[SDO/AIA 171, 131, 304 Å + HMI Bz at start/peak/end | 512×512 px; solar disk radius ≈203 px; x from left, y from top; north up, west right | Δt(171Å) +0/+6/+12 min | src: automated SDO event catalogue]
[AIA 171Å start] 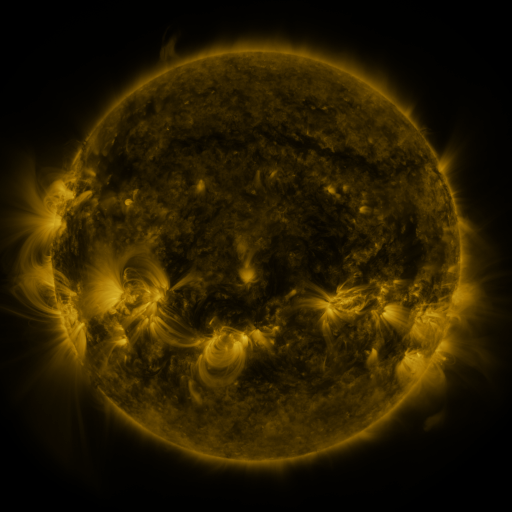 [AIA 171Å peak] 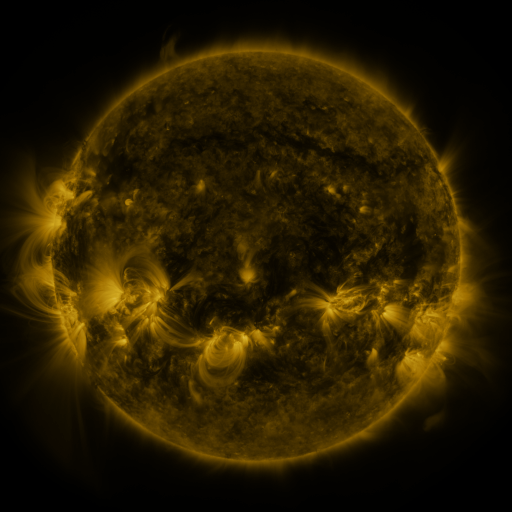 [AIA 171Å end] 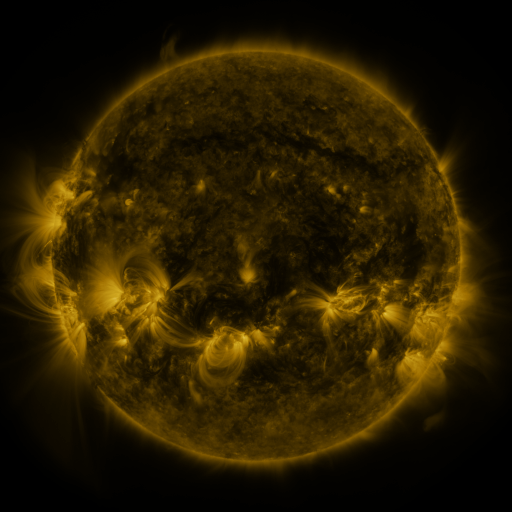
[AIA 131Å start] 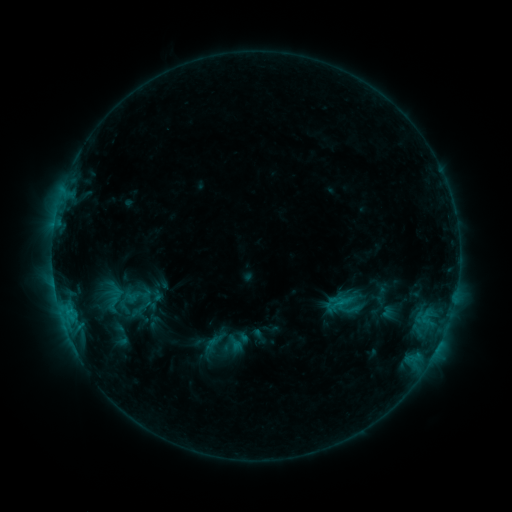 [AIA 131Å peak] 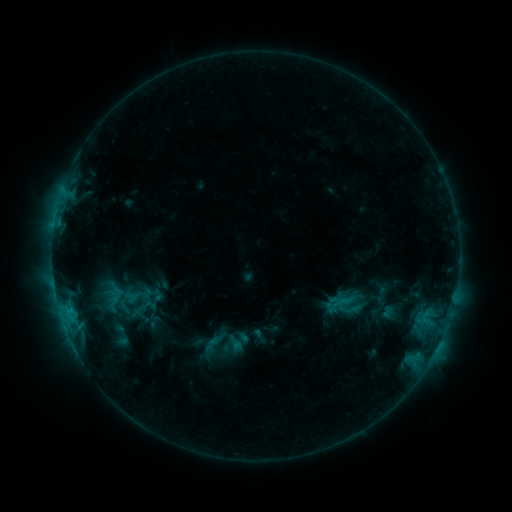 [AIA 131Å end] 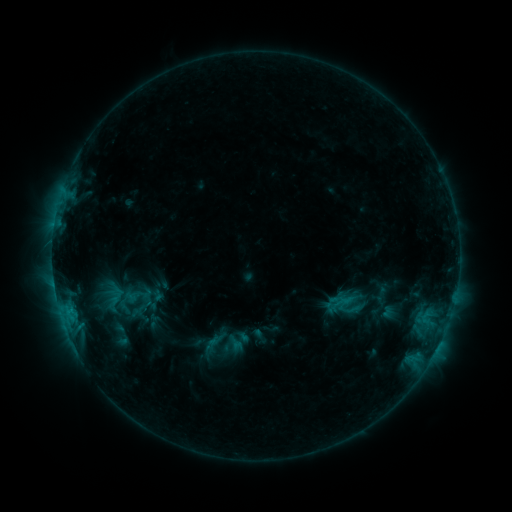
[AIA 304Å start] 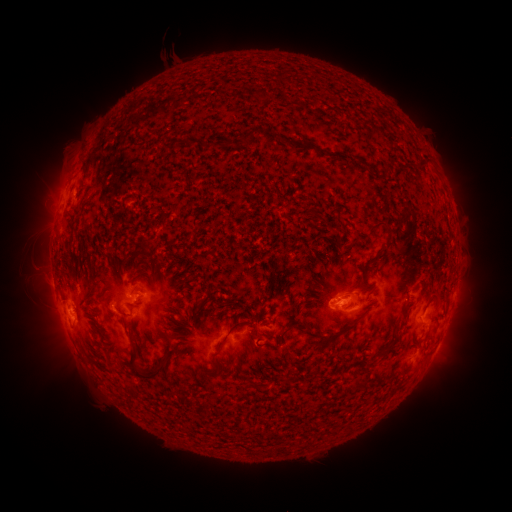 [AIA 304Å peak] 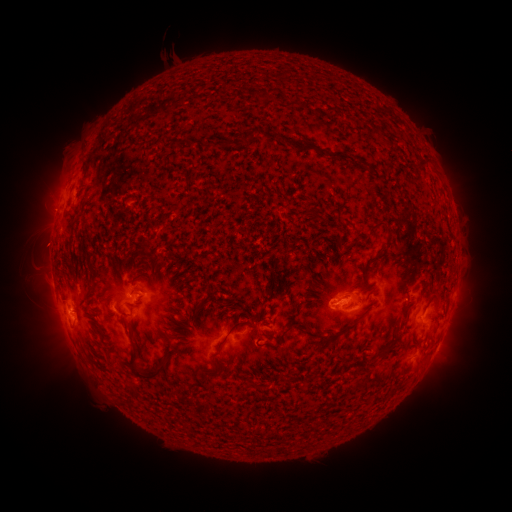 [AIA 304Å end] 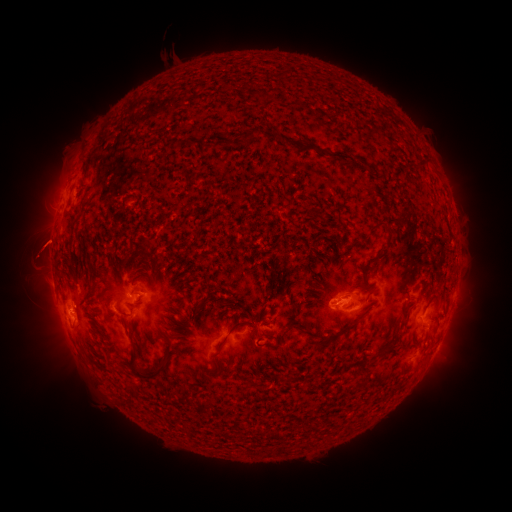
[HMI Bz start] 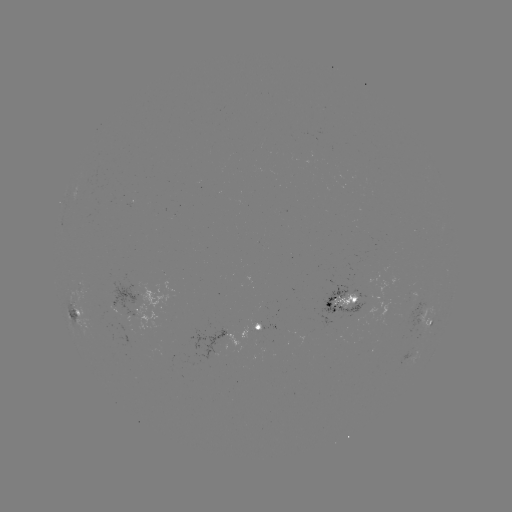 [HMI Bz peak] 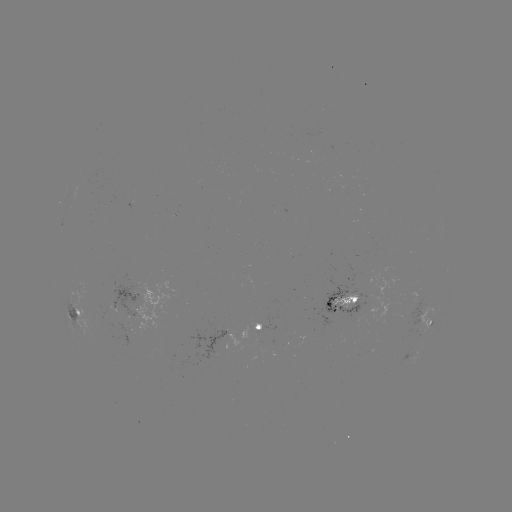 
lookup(eruption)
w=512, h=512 (40, 248)